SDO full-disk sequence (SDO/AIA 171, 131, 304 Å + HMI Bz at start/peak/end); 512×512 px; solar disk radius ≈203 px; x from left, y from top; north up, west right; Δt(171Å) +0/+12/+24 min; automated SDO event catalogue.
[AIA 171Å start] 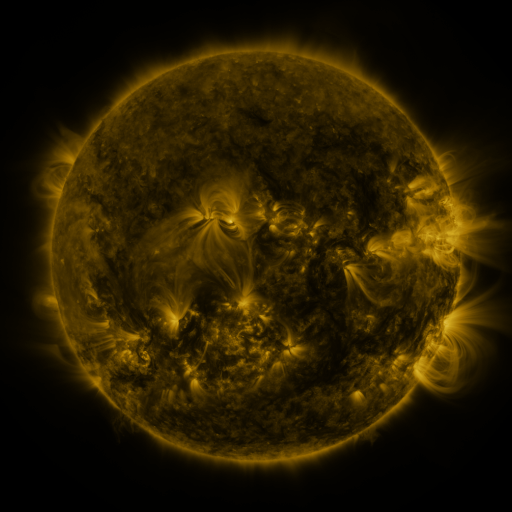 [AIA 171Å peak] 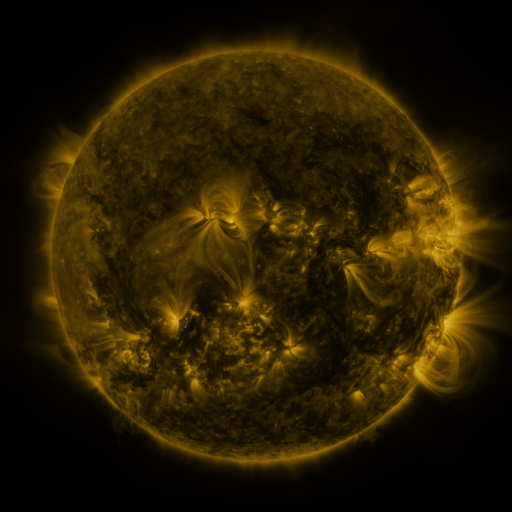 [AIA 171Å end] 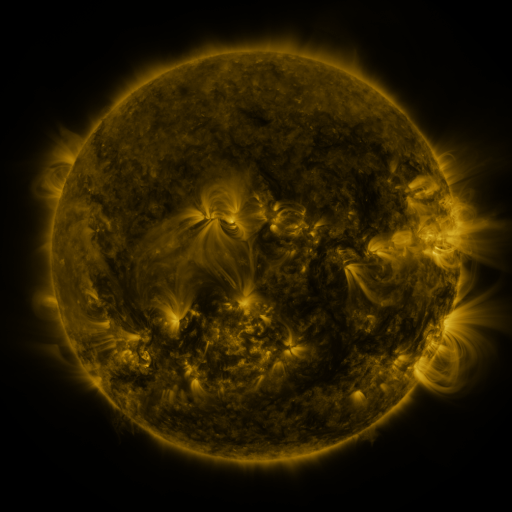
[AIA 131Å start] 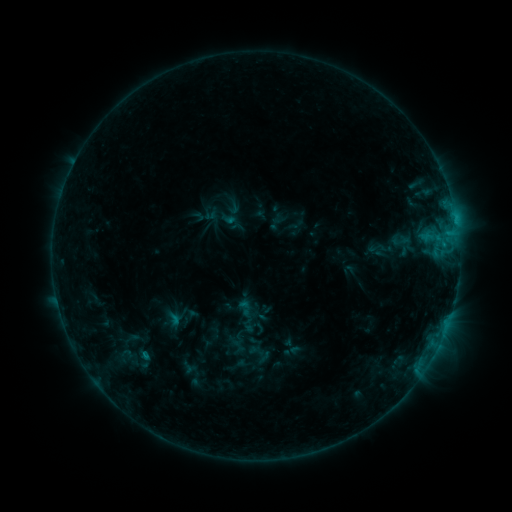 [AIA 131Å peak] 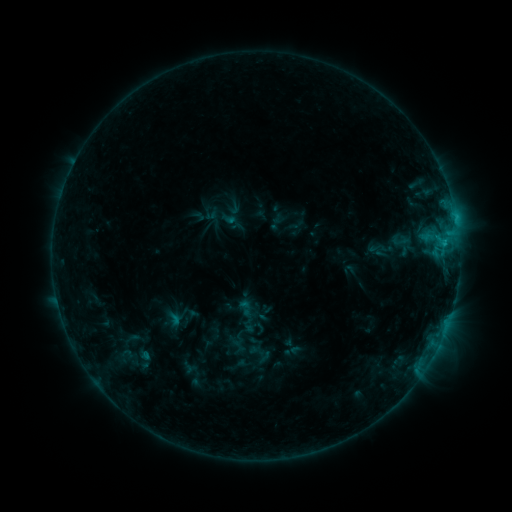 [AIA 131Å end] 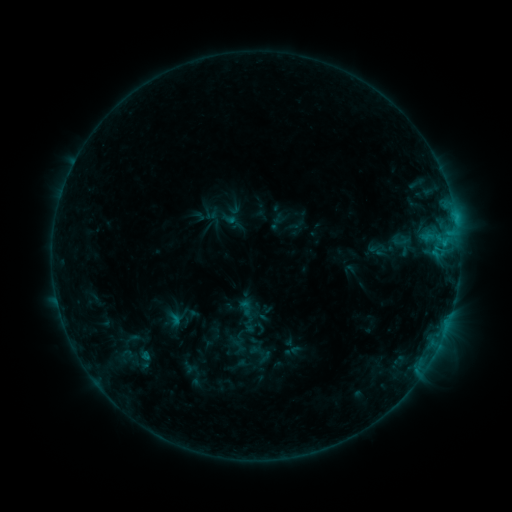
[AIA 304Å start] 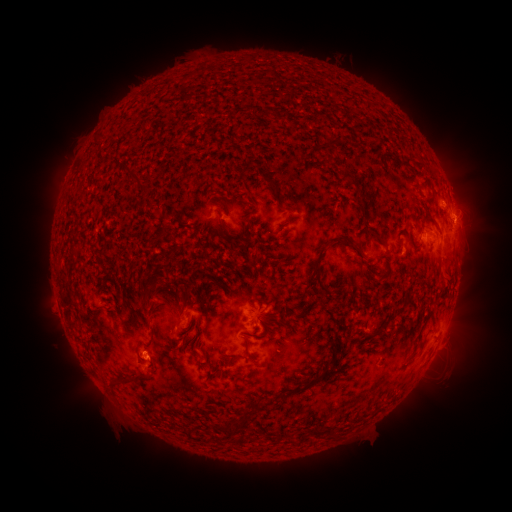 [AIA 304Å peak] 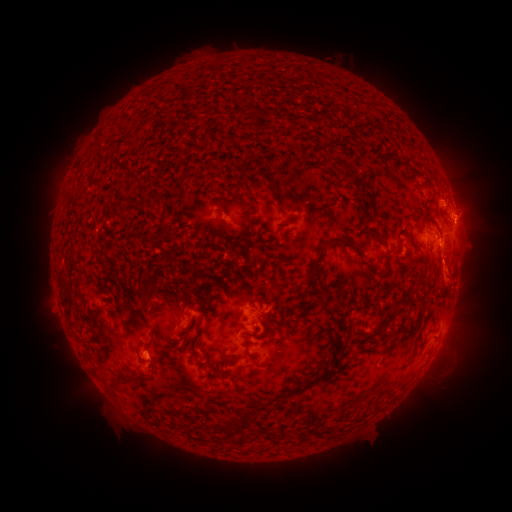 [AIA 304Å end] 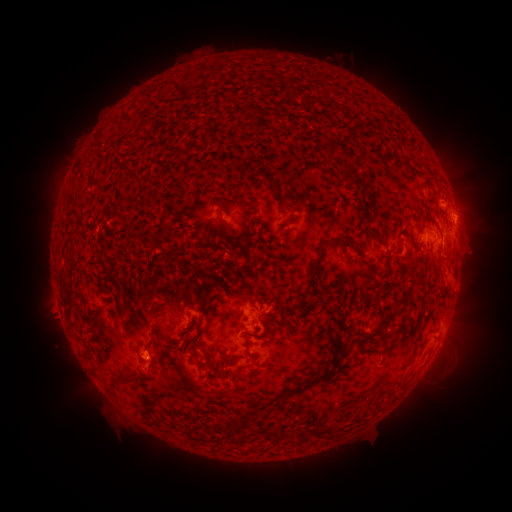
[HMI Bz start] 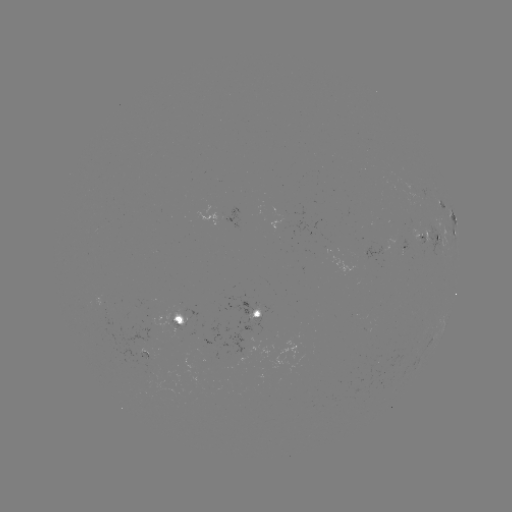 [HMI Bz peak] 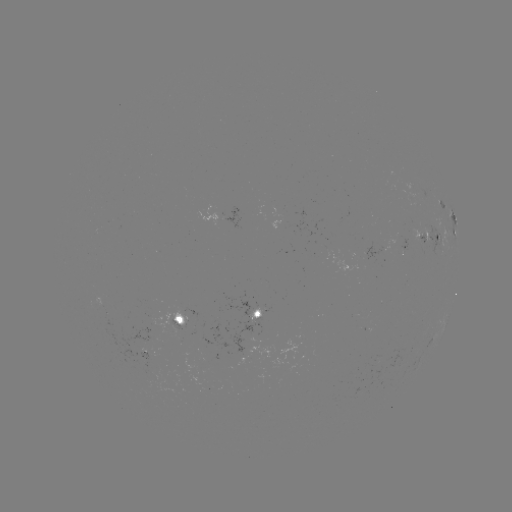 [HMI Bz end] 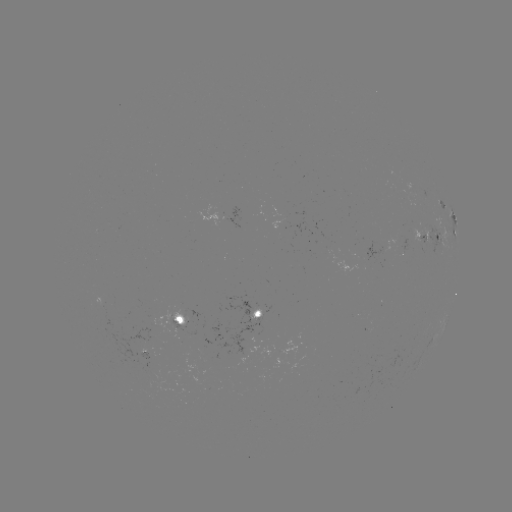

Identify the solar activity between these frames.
eruption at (463, 264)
